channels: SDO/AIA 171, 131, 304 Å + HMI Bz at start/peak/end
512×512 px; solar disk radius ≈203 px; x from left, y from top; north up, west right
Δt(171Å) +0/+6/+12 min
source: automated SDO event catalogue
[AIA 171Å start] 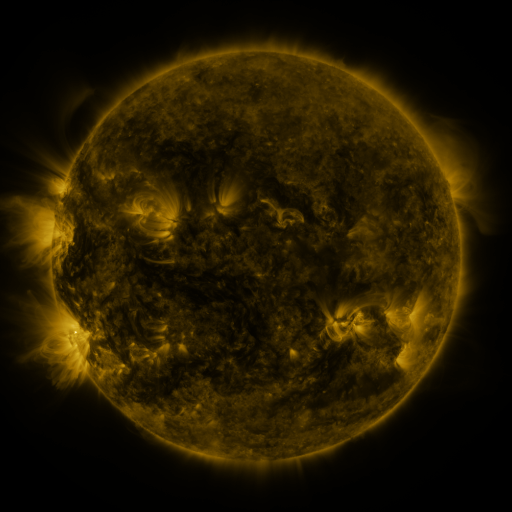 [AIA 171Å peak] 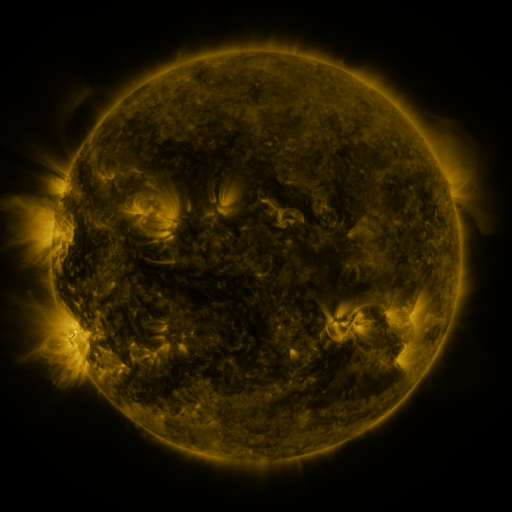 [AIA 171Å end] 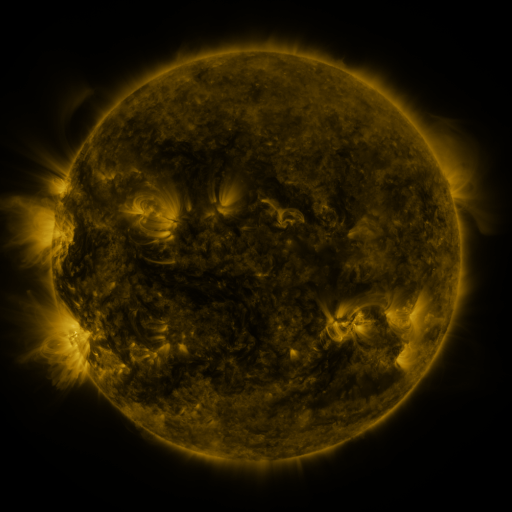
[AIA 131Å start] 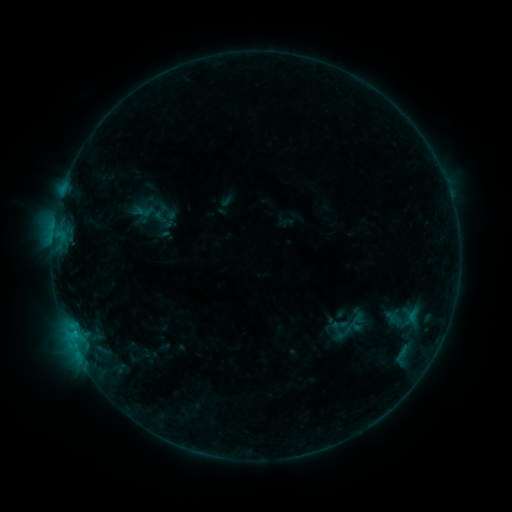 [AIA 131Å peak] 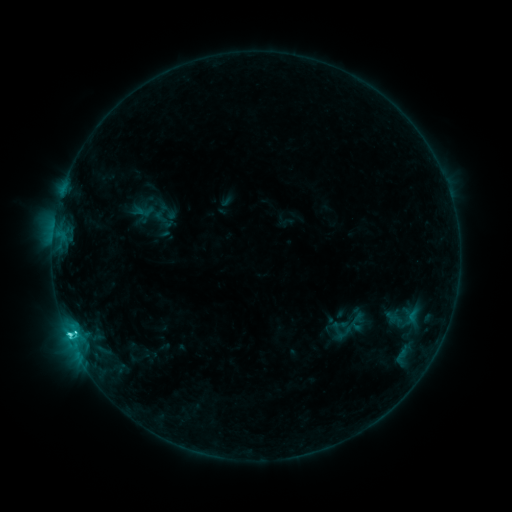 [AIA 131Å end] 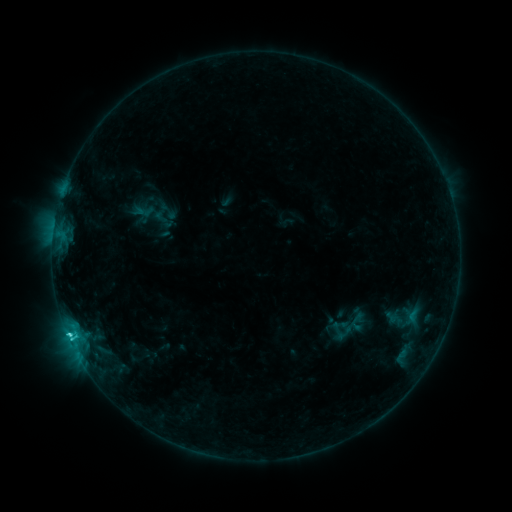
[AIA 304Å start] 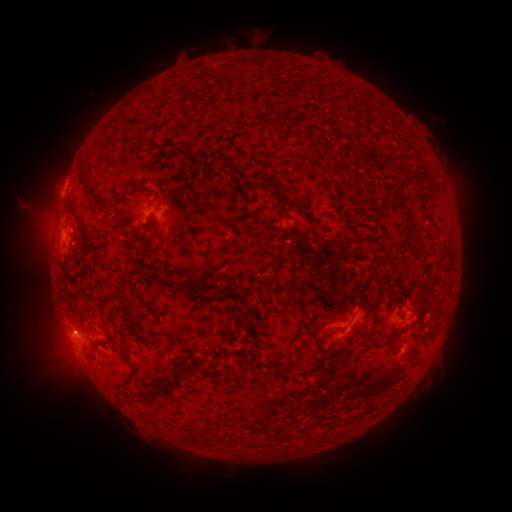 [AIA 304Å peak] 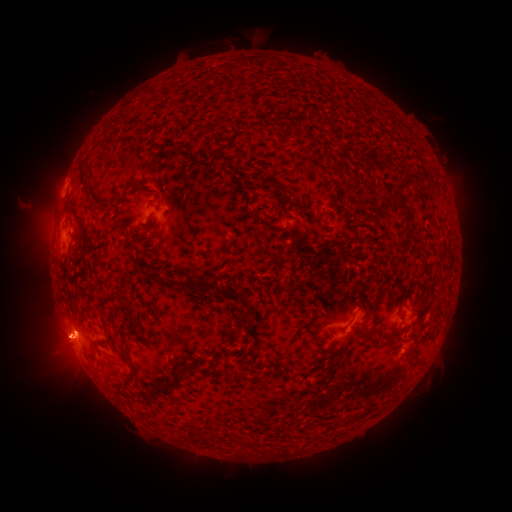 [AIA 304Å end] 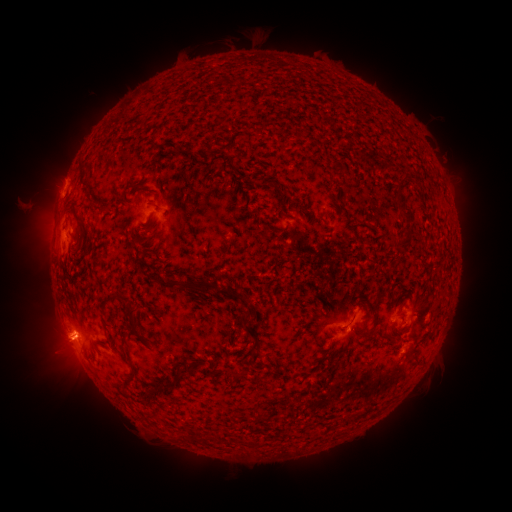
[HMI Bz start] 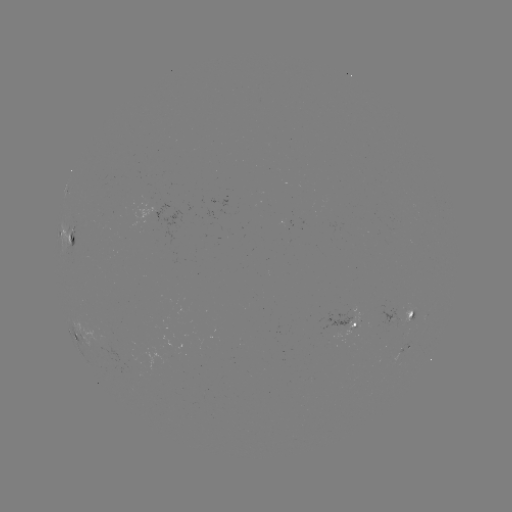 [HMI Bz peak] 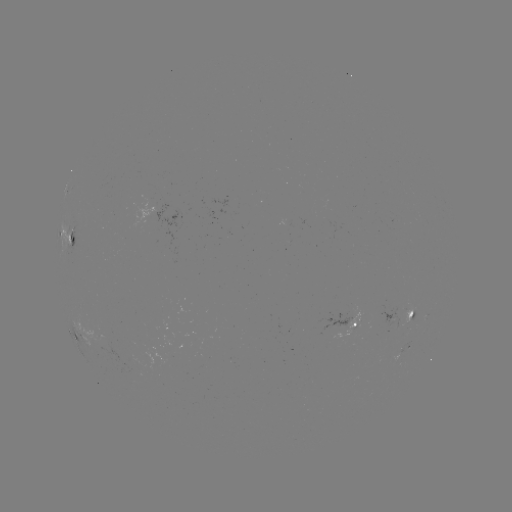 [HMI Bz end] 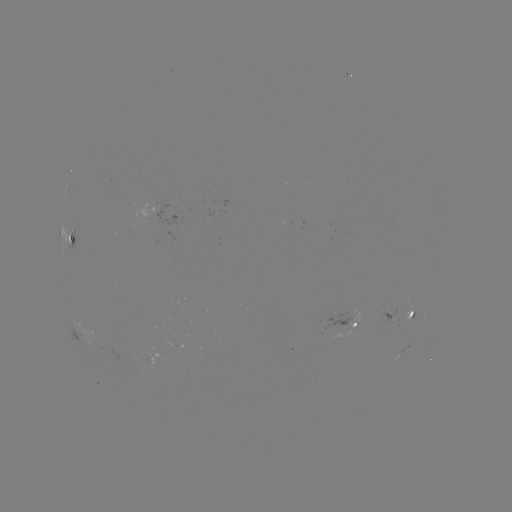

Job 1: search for C2.6 flare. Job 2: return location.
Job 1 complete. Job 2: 70,333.